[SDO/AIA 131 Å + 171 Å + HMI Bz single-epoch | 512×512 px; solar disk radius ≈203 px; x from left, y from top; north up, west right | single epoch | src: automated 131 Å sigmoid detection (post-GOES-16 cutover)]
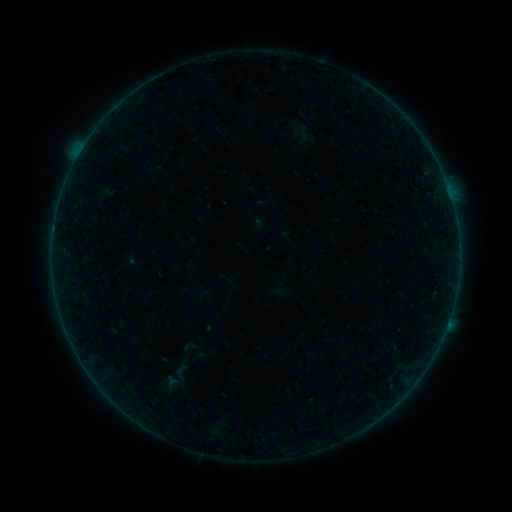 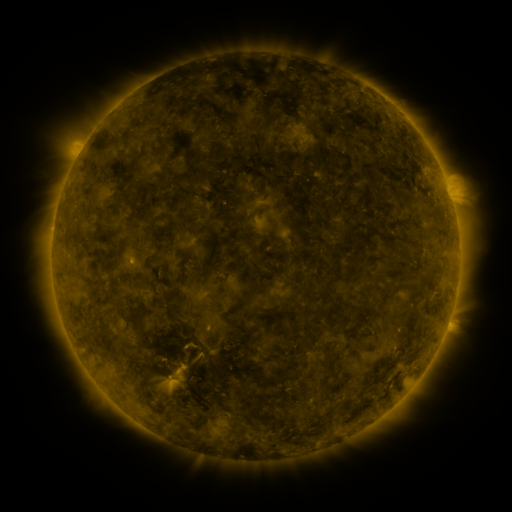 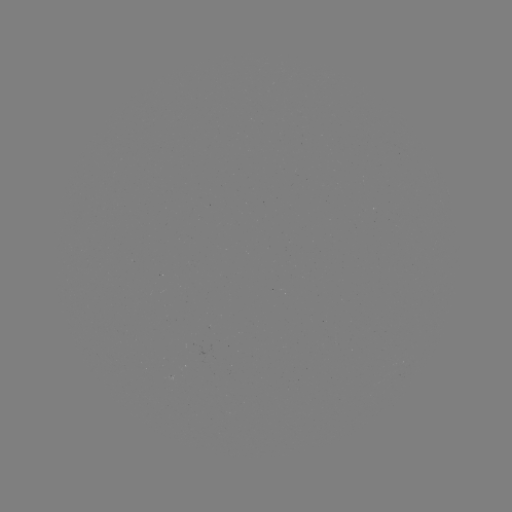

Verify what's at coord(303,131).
sigmoid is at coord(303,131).